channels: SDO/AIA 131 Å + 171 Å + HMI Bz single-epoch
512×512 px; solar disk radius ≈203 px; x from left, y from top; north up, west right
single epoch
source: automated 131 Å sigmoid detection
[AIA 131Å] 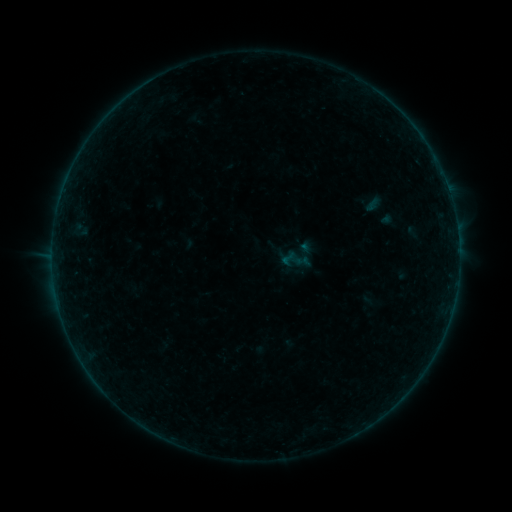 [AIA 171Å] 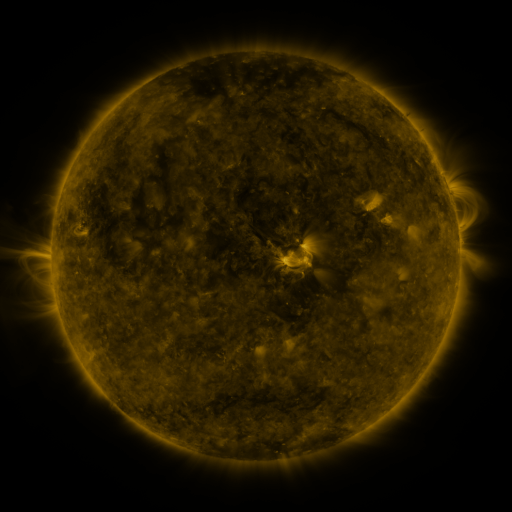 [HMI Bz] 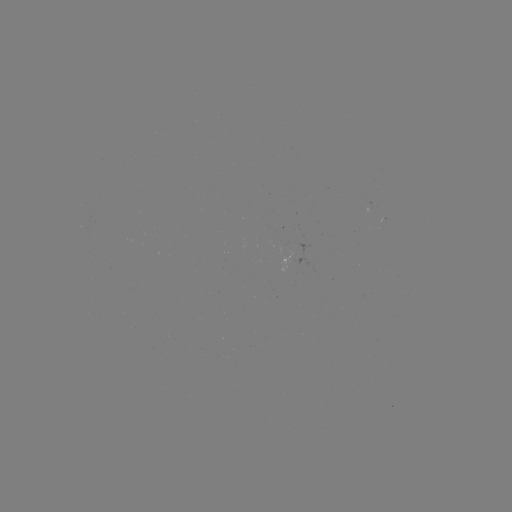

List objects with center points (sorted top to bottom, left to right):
sigmoid: (288, 259)
